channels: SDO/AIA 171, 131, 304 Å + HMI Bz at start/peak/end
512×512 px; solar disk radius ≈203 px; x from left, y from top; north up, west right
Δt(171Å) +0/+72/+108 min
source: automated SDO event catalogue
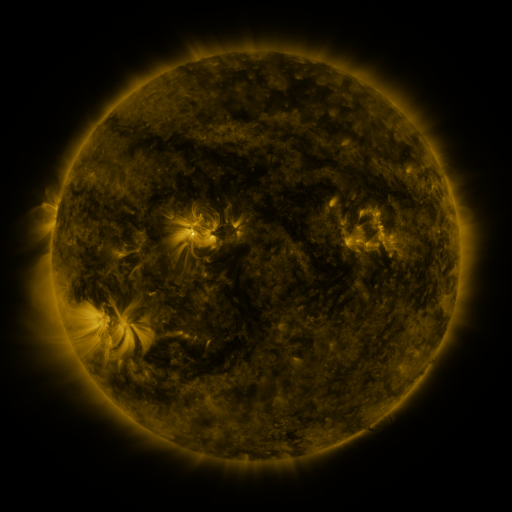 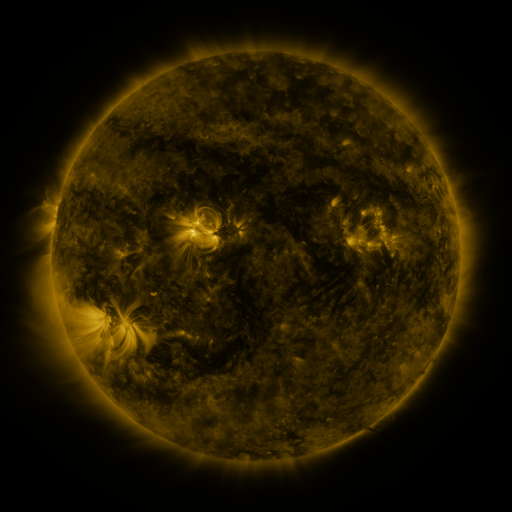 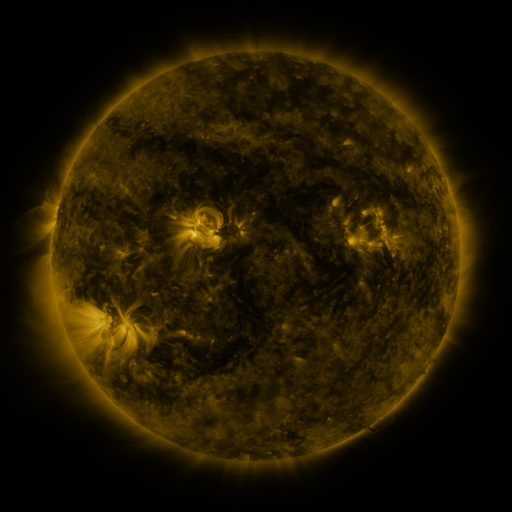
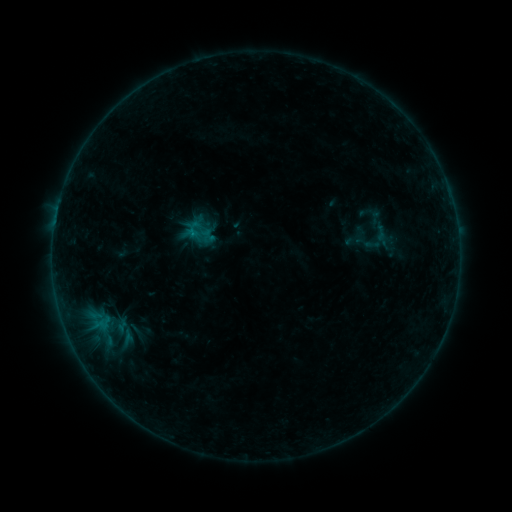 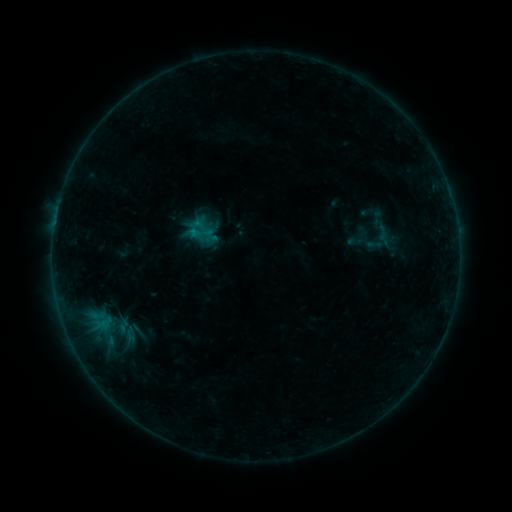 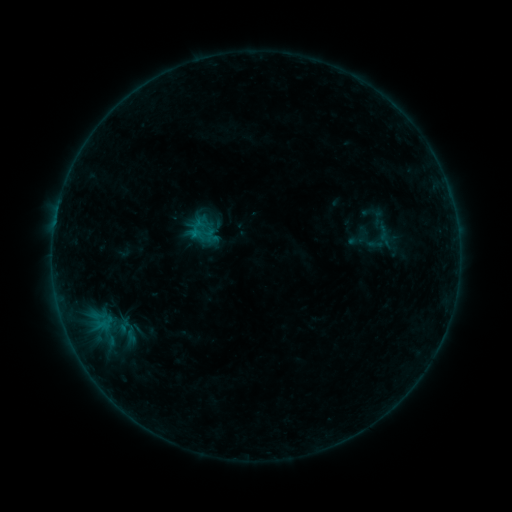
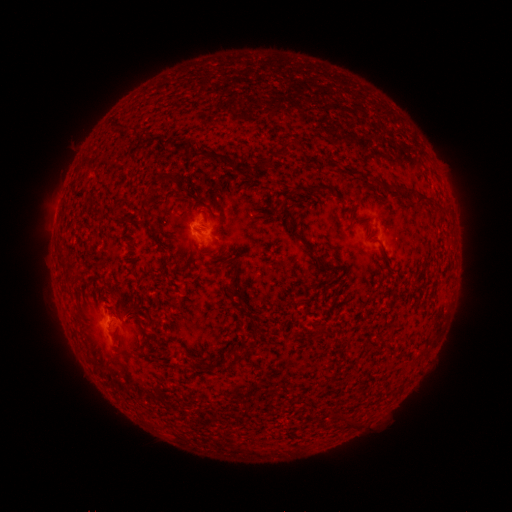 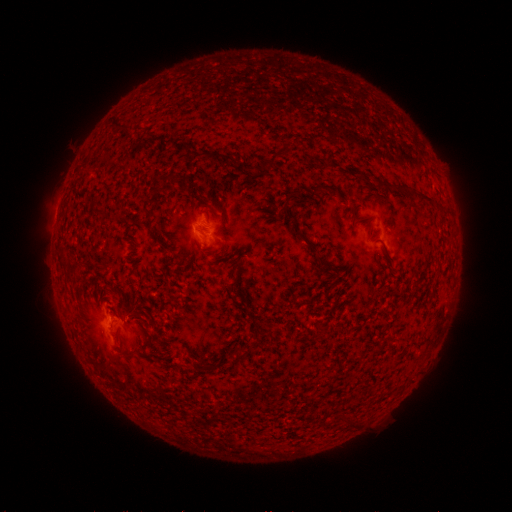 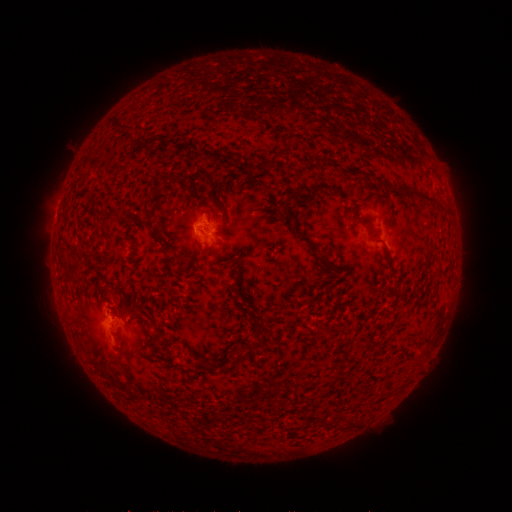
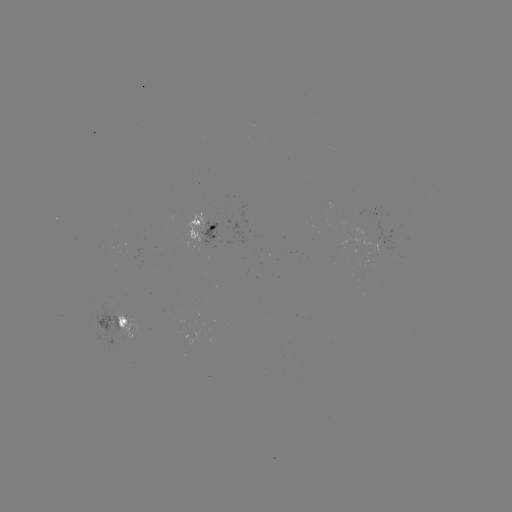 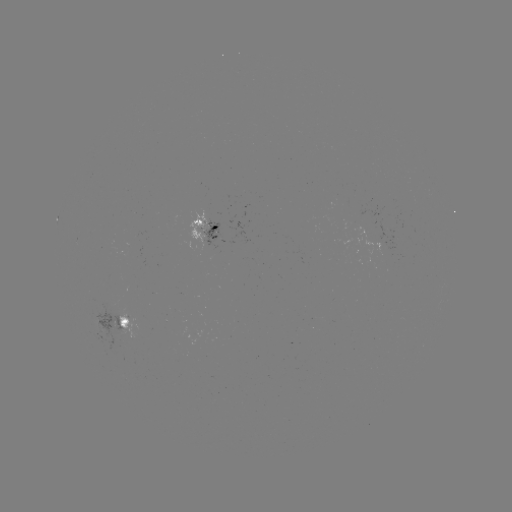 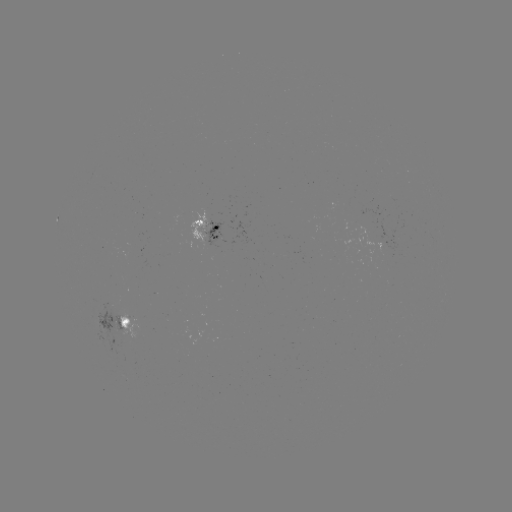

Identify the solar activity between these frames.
emerging-flux region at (384, 231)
